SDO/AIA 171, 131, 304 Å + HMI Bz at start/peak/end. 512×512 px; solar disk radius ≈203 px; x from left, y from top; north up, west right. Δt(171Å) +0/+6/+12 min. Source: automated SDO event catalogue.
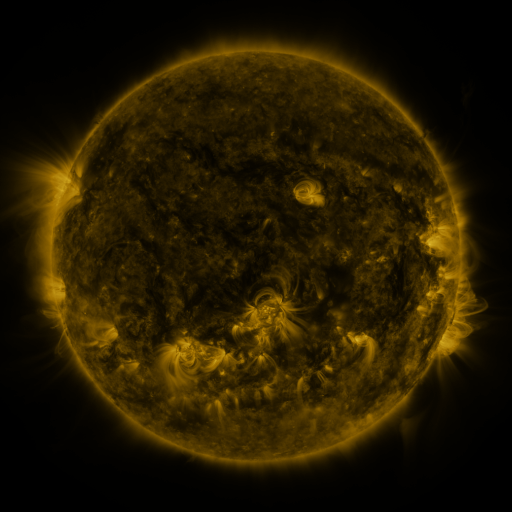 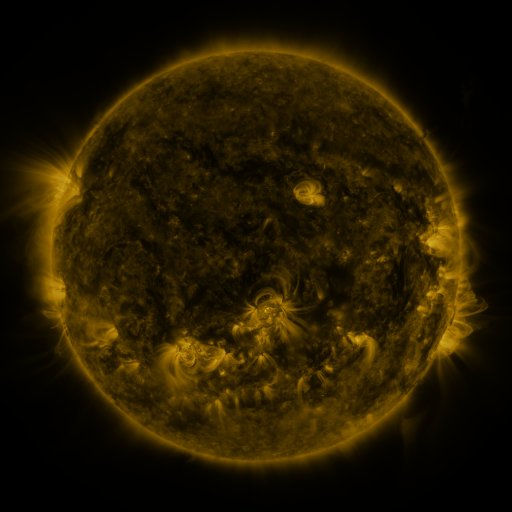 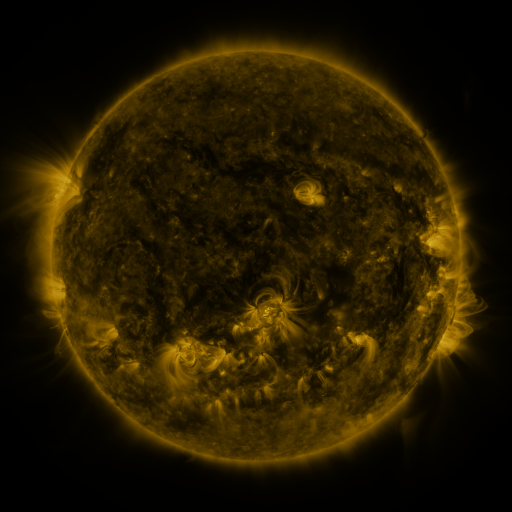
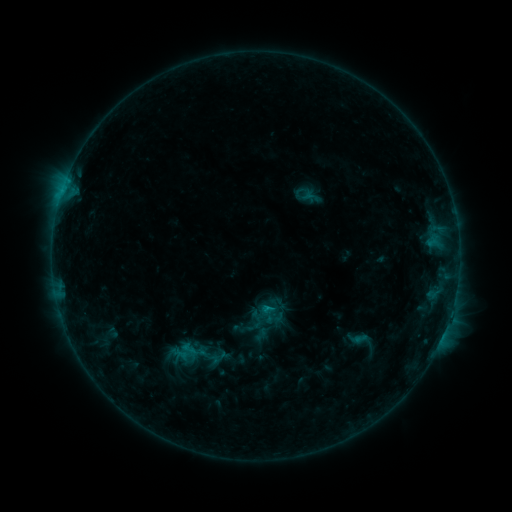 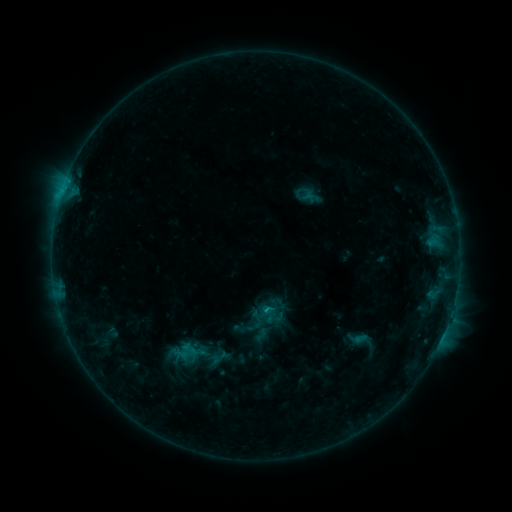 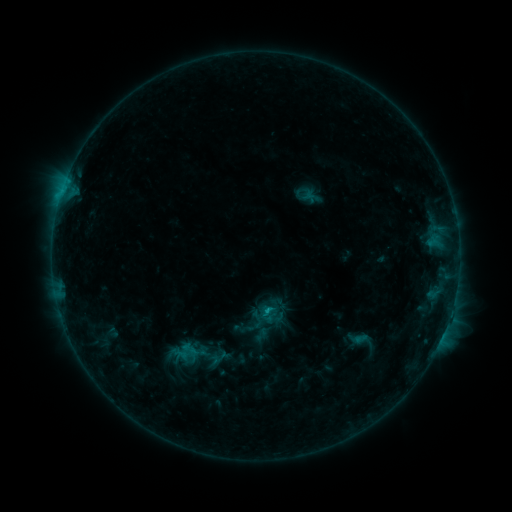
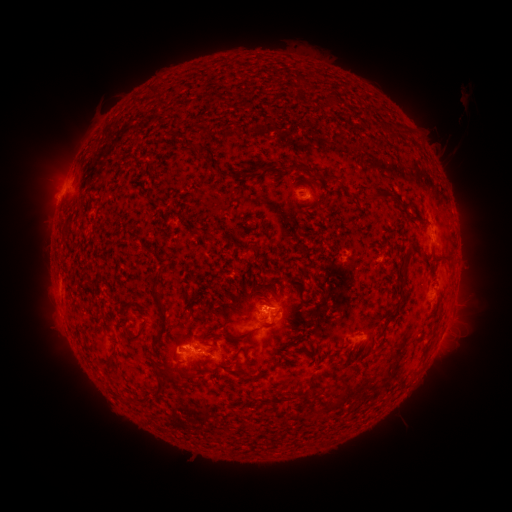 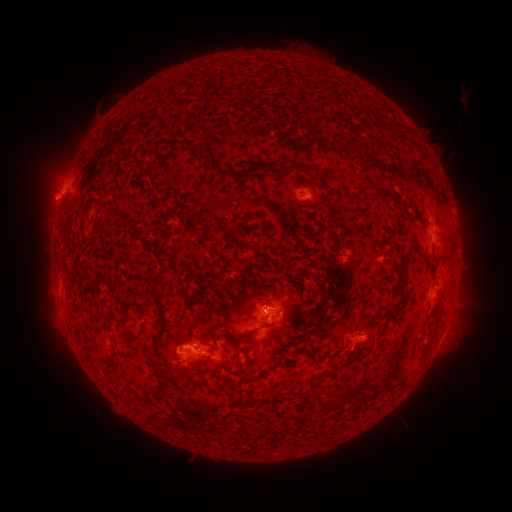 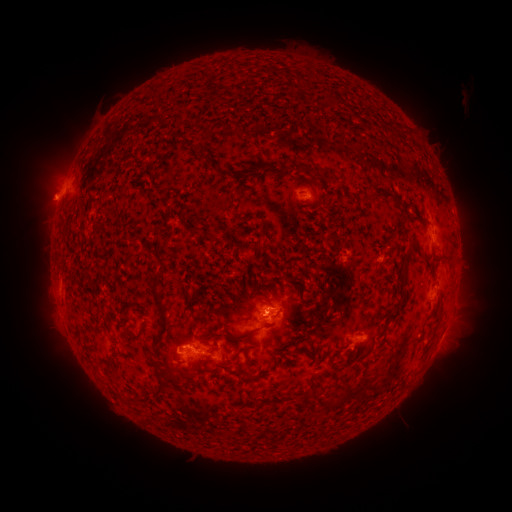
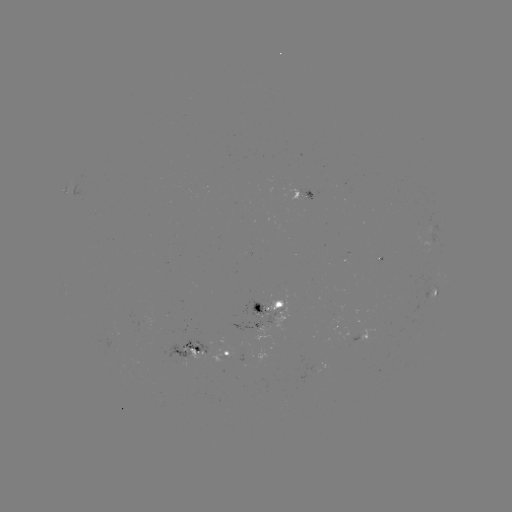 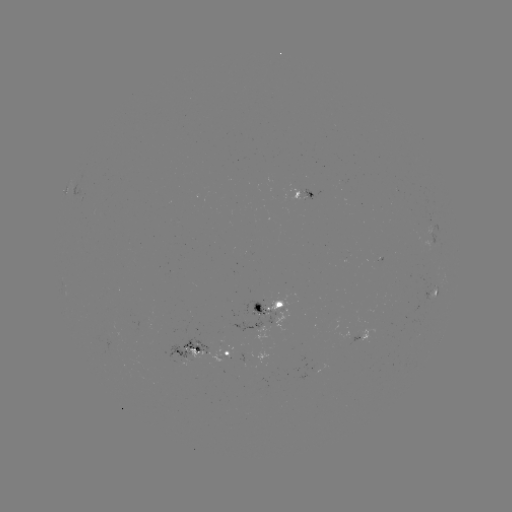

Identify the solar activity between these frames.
eruption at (46, 199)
